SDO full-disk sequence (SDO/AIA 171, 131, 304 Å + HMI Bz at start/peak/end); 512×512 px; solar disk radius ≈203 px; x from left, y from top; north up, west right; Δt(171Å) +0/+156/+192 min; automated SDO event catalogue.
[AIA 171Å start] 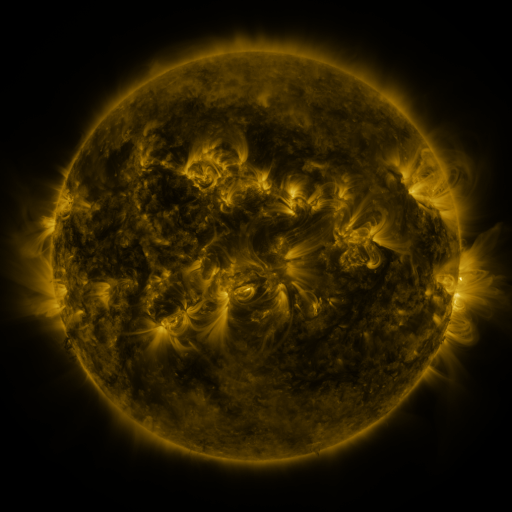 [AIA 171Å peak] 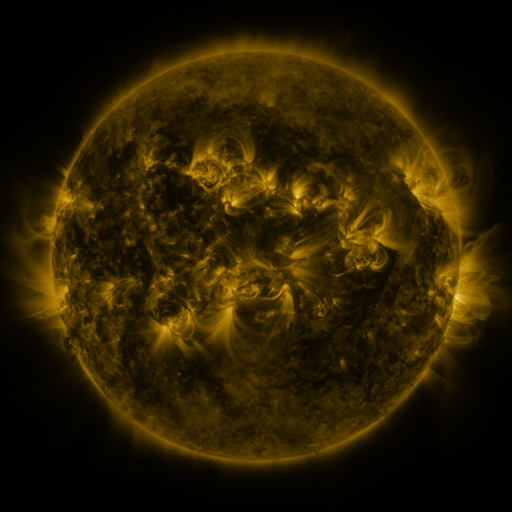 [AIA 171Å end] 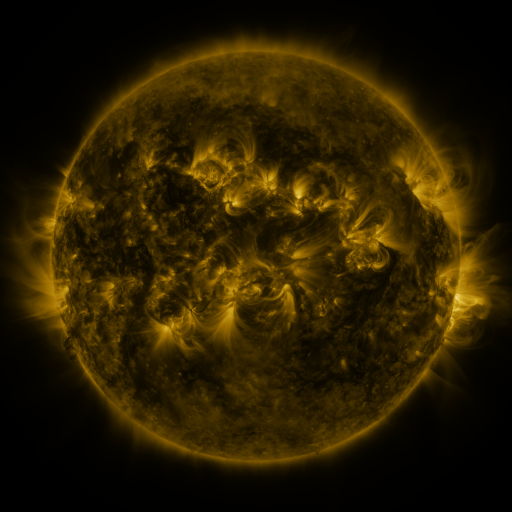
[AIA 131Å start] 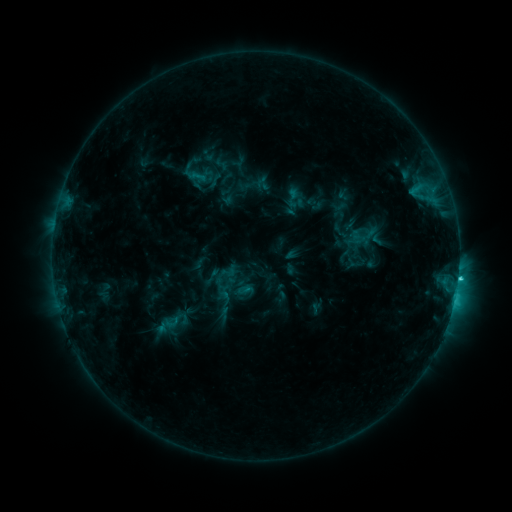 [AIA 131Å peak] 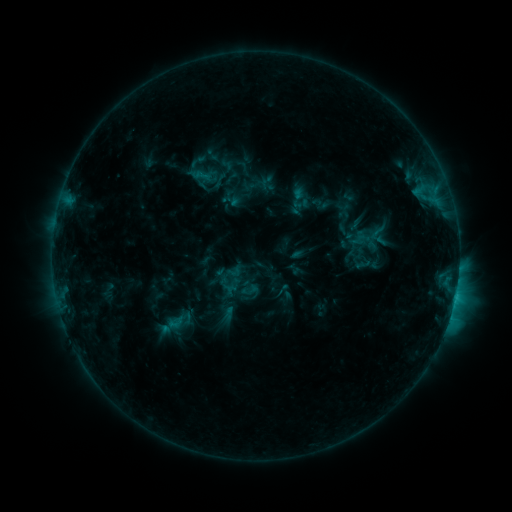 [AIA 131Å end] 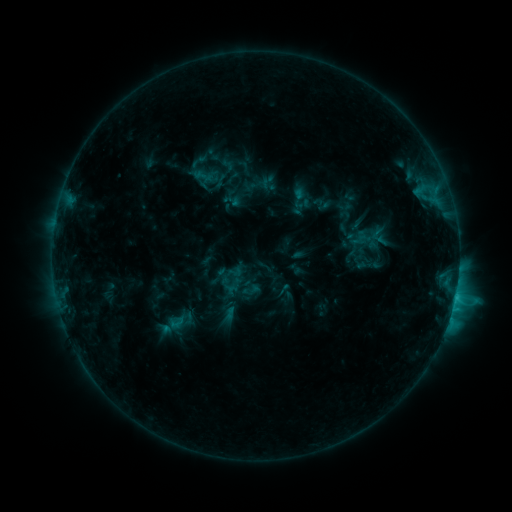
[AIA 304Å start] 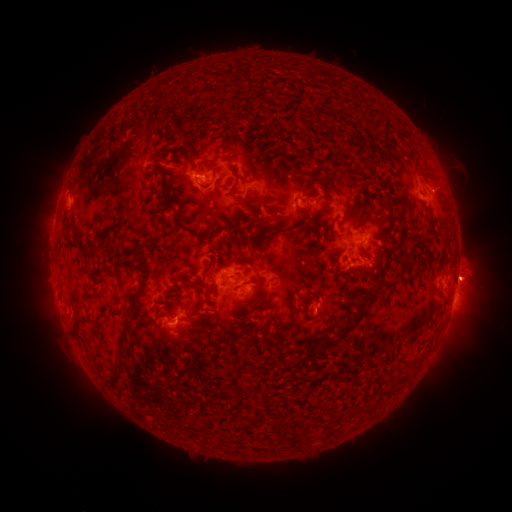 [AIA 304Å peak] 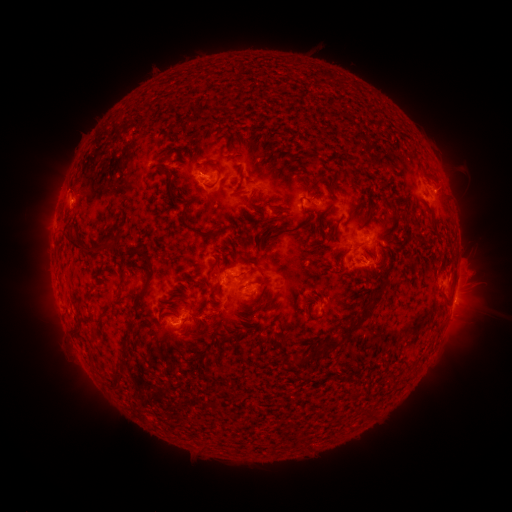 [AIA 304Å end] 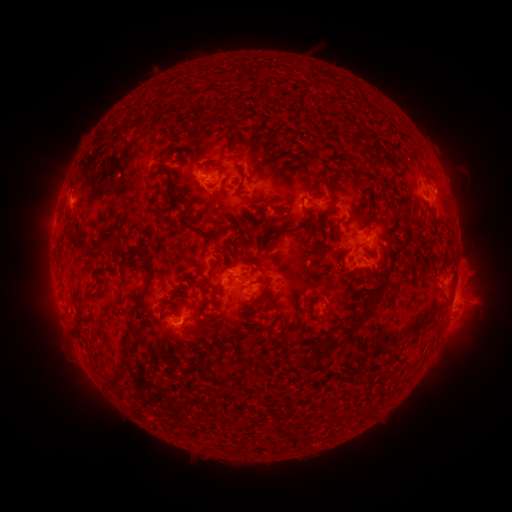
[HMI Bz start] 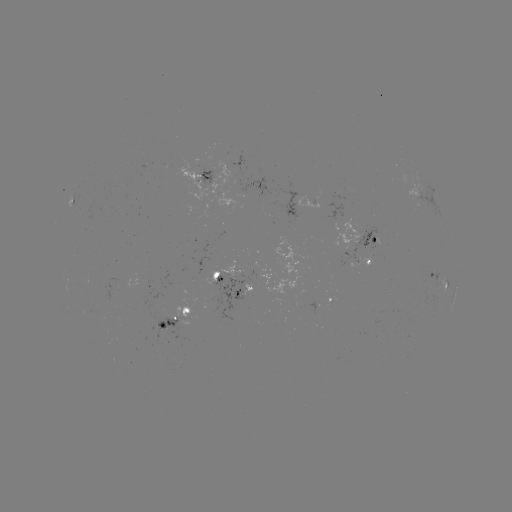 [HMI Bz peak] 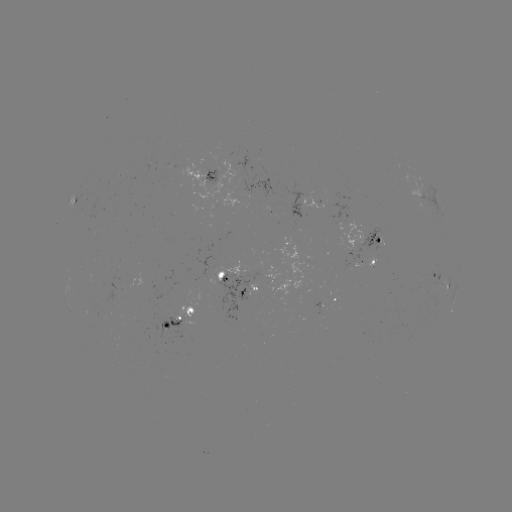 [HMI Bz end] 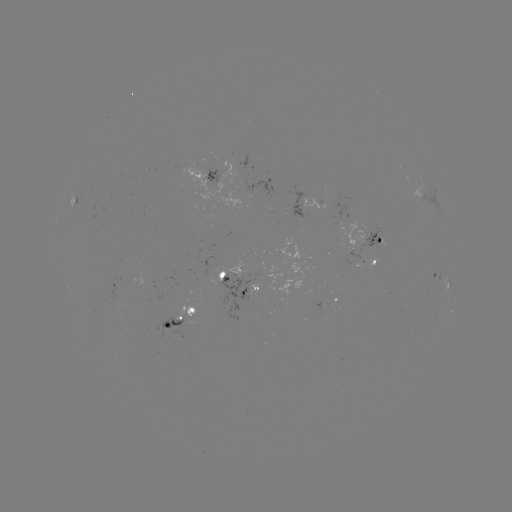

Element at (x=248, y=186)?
emerging-flux region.